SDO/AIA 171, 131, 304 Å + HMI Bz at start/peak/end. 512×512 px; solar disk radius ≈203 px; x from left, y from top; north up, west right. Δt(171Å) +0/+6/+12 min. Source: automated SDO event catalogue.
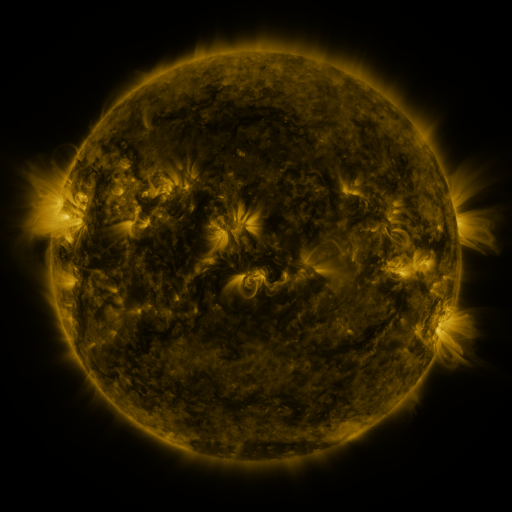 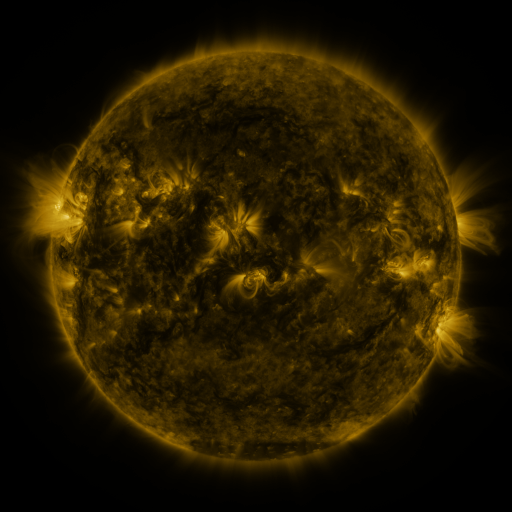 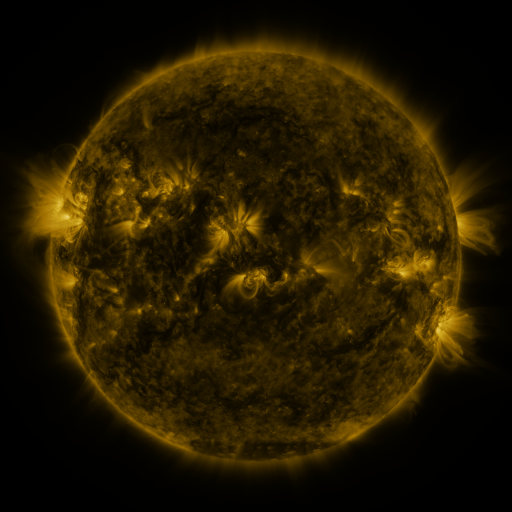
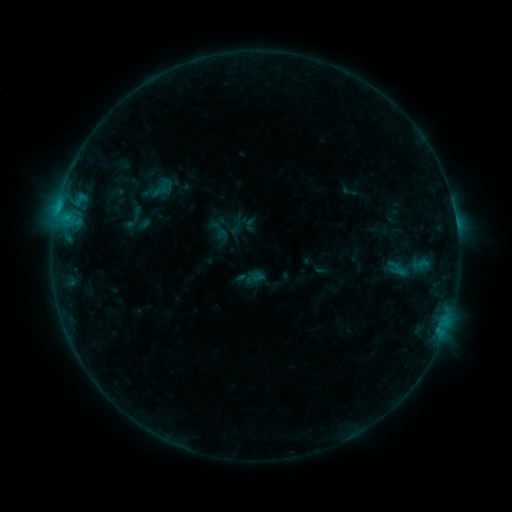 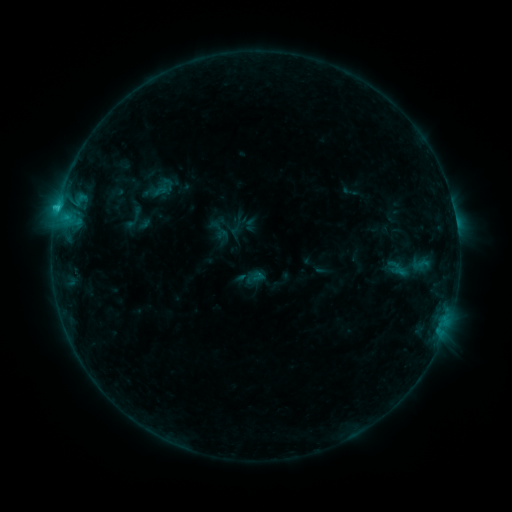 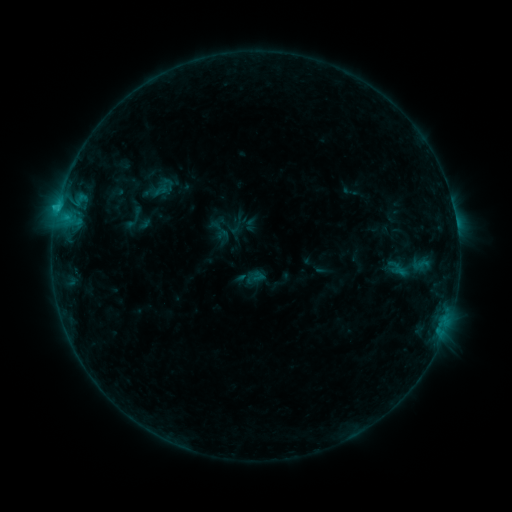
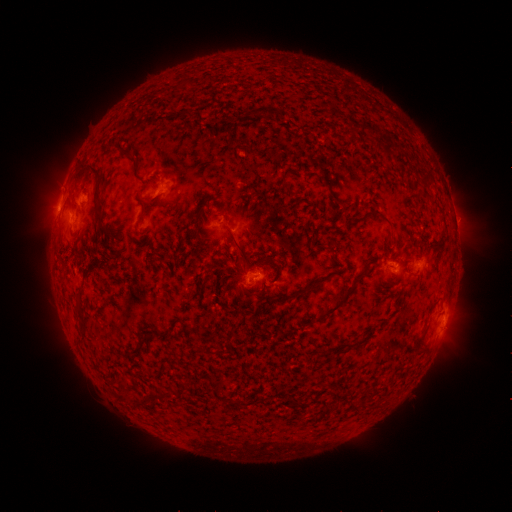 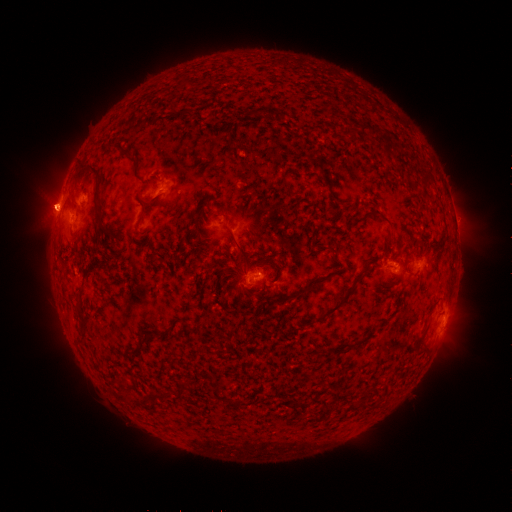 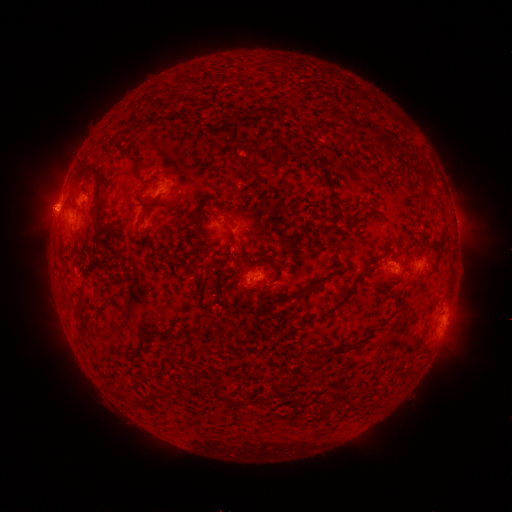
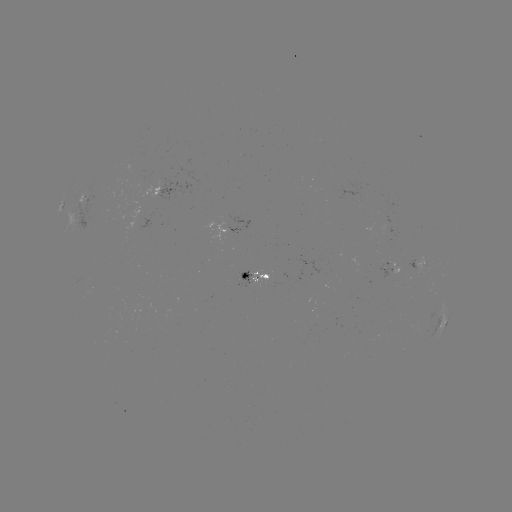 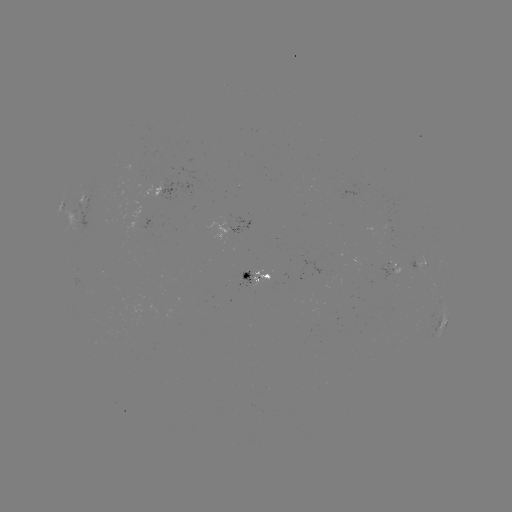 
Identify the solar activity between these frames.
B7.7 flare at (58, 209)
